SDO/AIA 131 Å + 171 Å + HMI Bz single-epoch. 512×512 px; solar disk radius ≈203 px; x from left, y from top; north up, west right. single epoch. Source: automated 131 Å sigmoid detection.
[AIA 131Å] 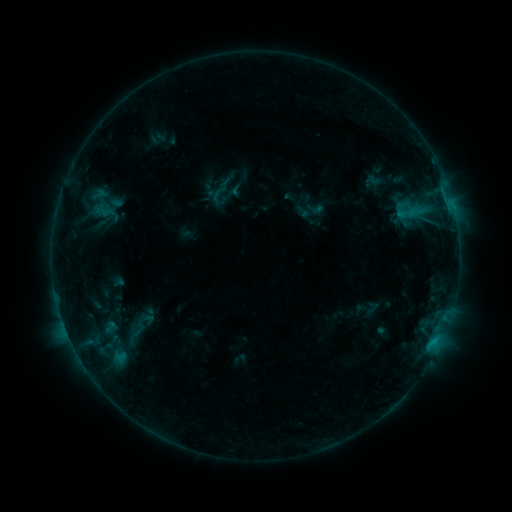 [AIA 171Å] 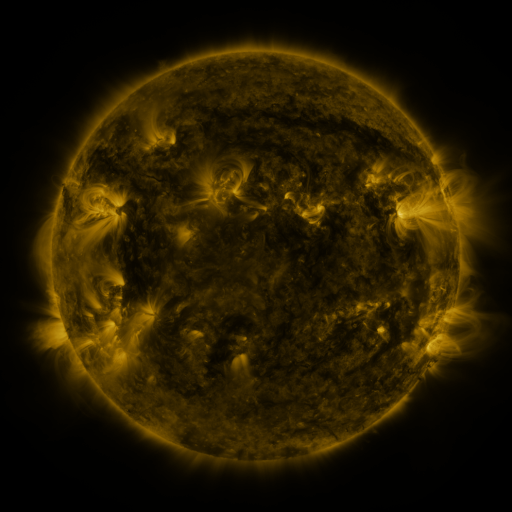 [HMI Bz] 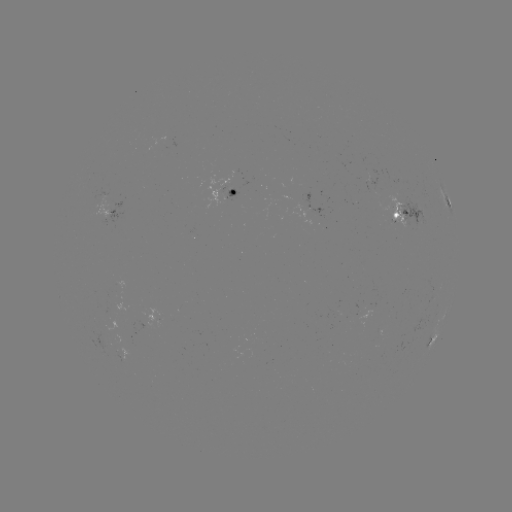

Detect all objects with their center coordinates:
sigmoid: (85, 186, 120, 221)
sigmoid: (398, 203, 421, 222)
